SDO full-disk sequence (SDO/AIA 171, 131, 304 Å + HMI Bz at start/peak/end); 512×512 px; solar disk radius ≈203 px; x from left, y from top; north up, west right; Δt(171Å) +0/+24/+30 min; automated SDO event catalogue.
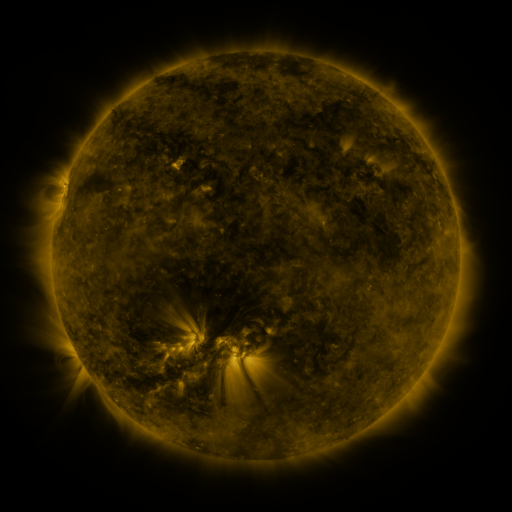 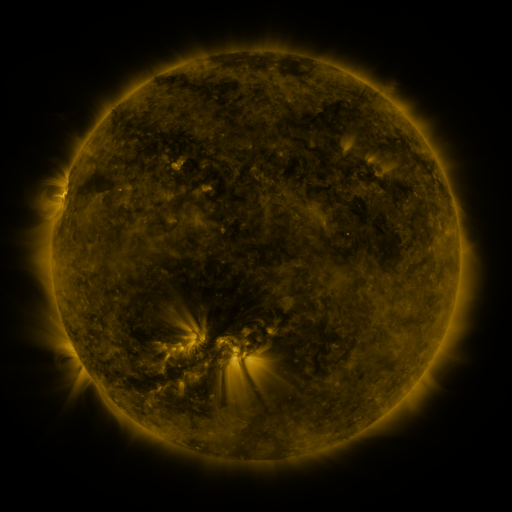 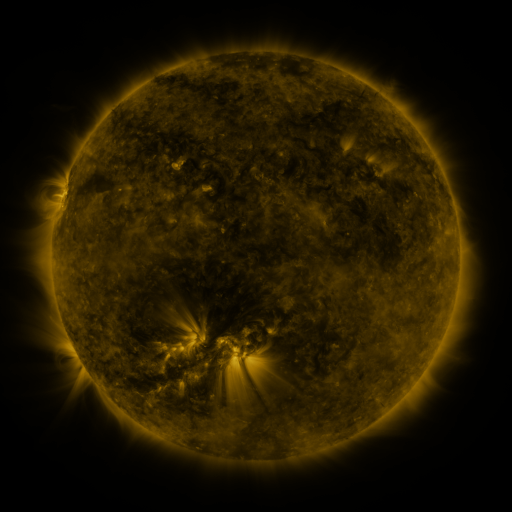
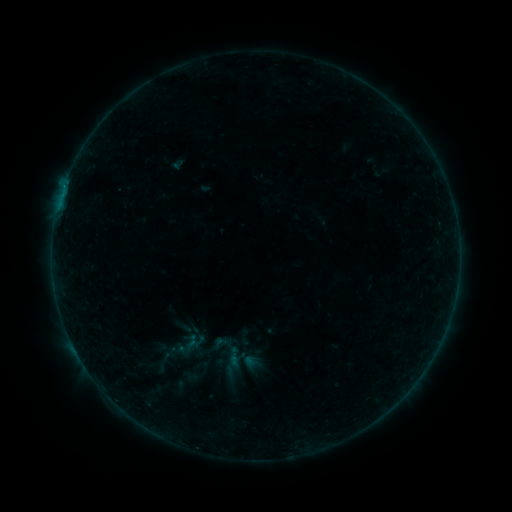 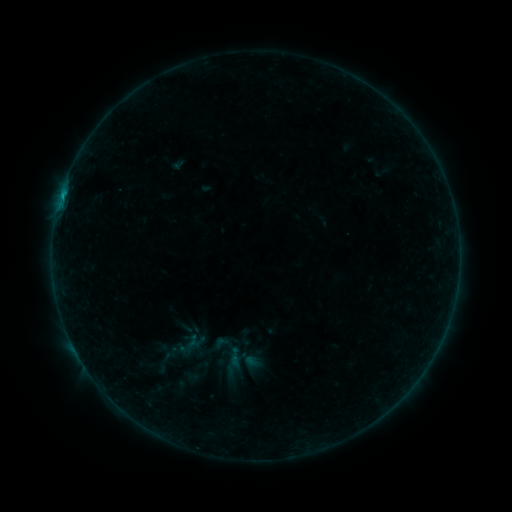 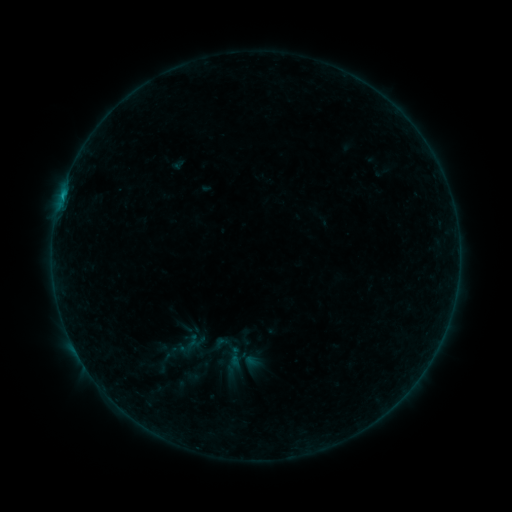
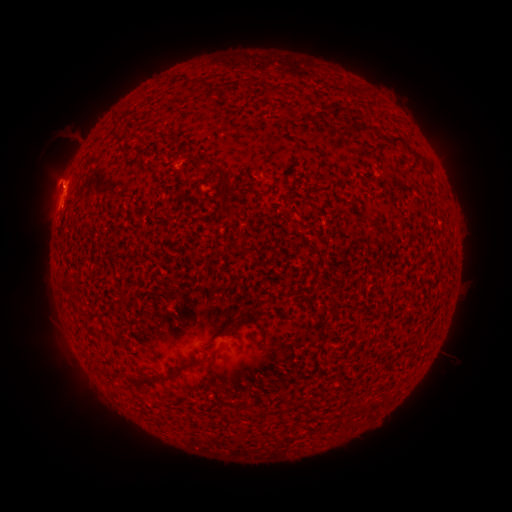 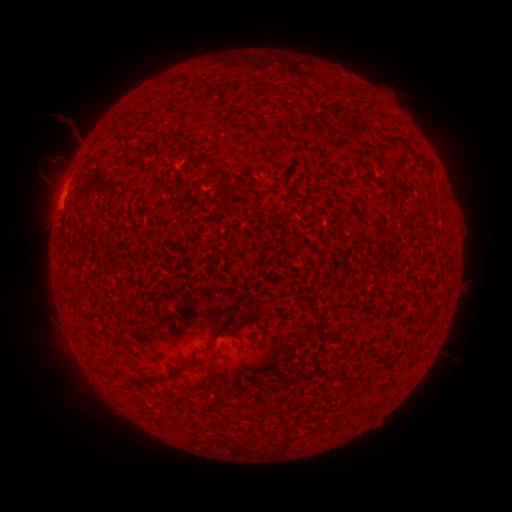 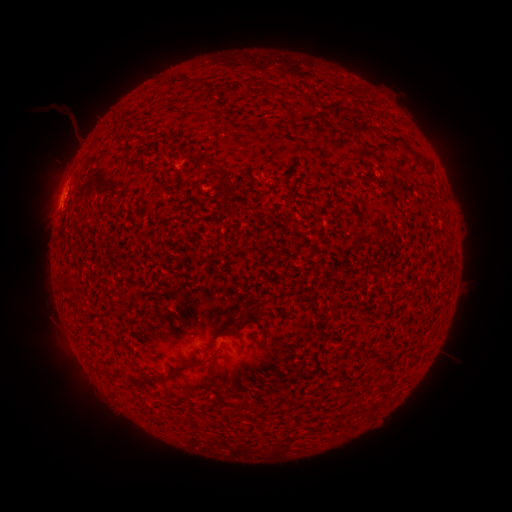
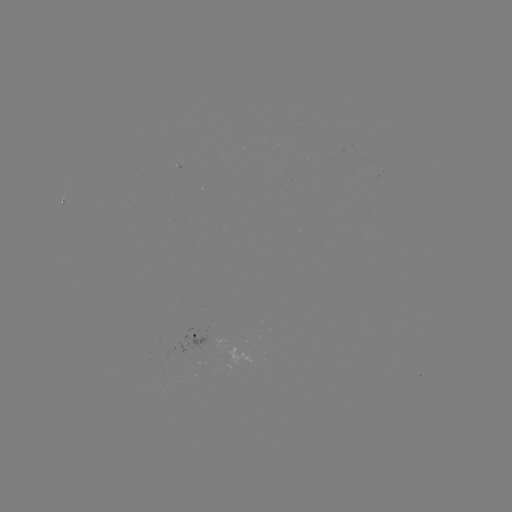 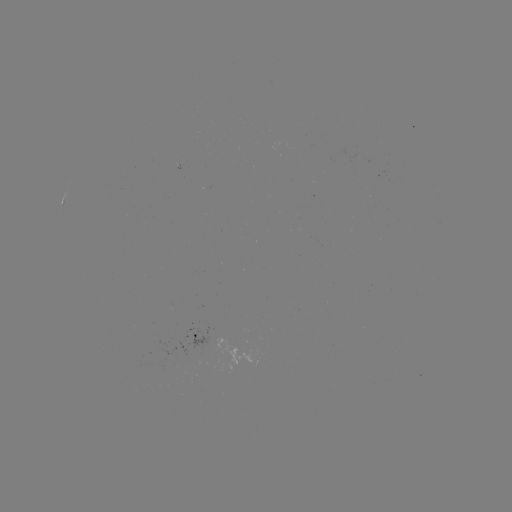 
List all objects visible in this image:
B4.0 flare: (64, 195)
